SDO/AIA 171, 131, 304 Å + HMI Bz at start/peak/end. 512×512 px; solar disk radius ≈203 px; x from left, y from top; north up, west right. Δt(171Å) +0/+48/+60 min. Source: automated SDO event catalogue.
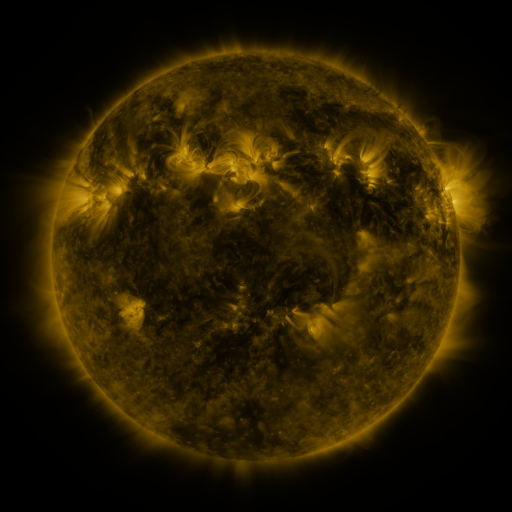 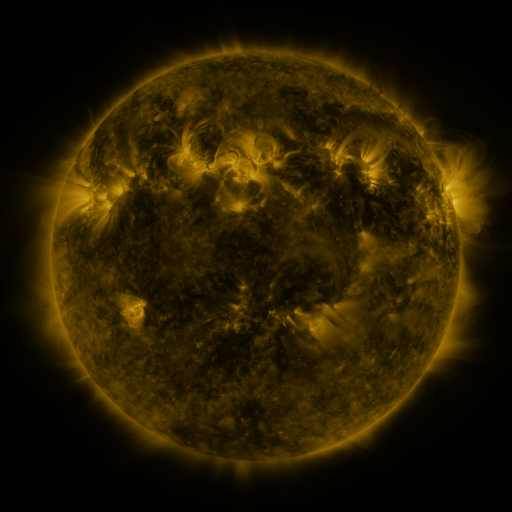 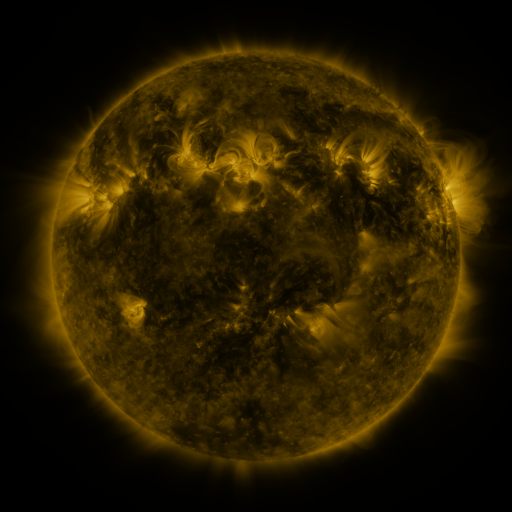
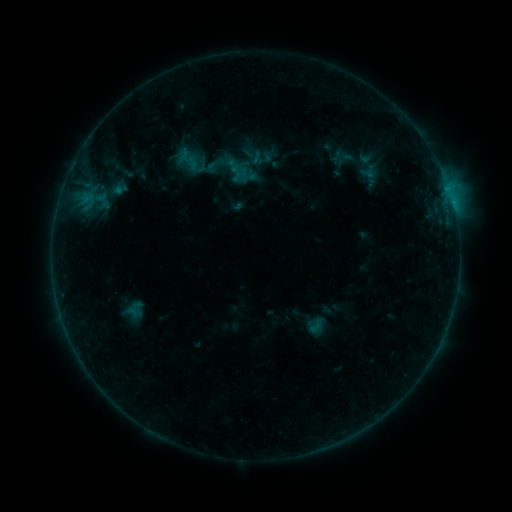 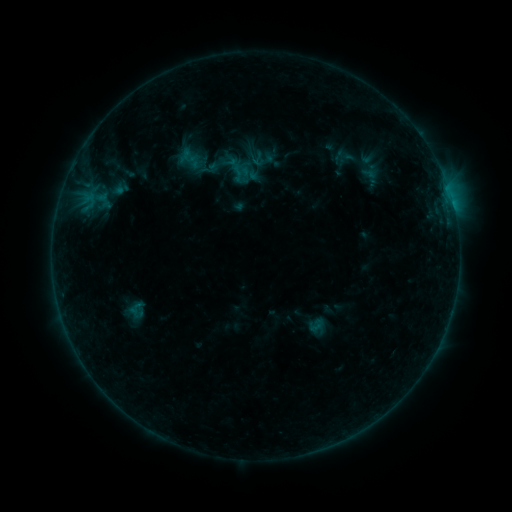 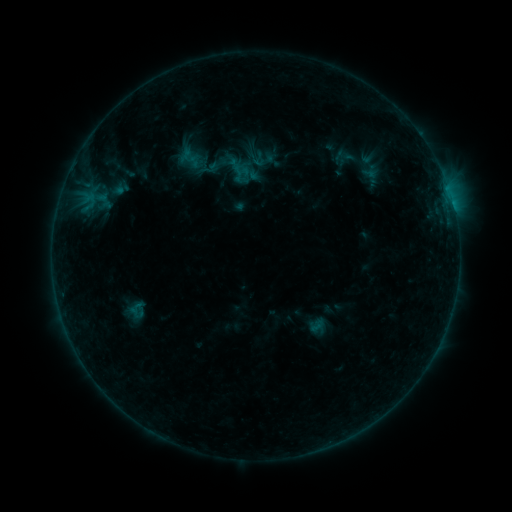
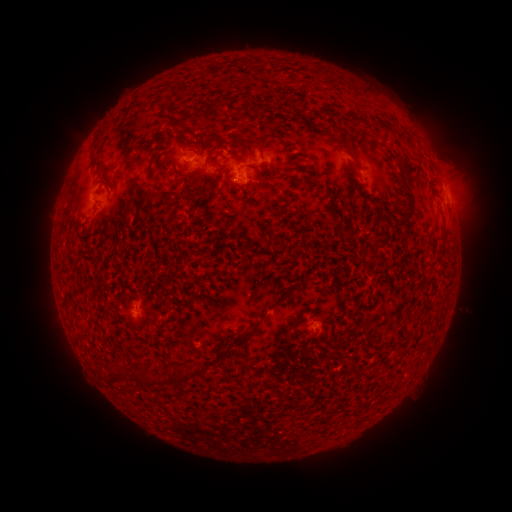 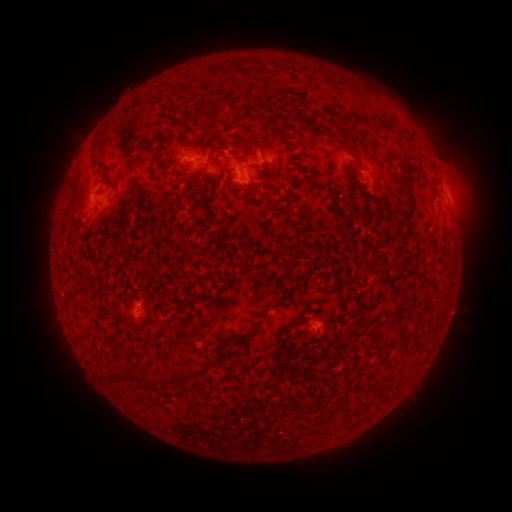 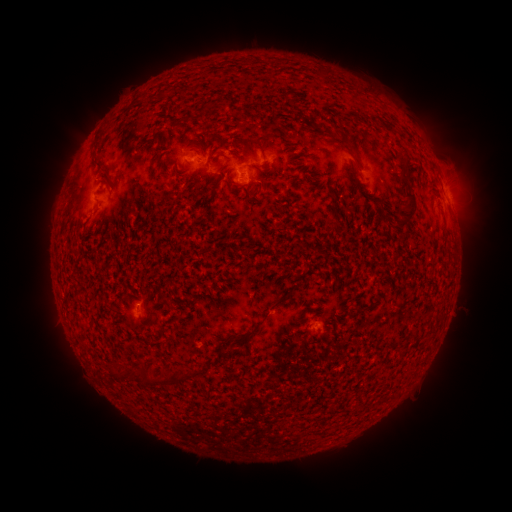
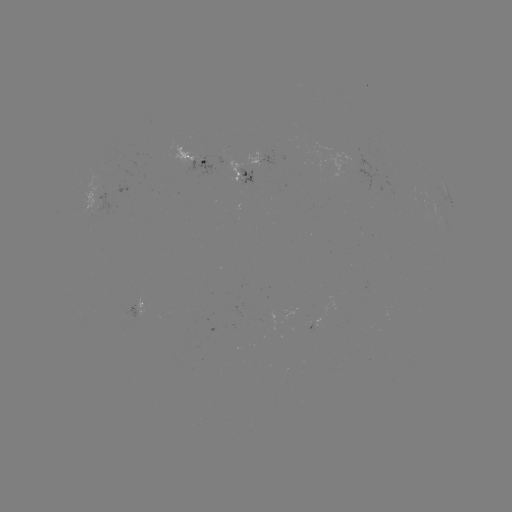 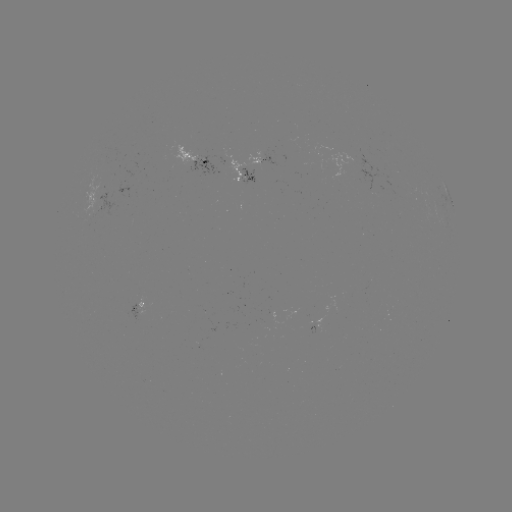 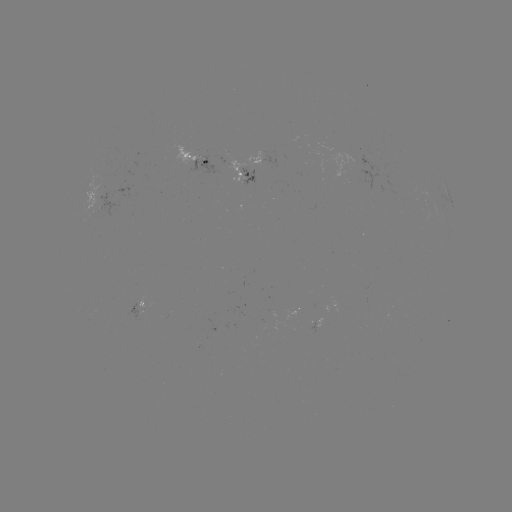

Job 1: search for emerging-flux region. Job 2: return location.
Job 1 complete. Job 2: (204, 162).